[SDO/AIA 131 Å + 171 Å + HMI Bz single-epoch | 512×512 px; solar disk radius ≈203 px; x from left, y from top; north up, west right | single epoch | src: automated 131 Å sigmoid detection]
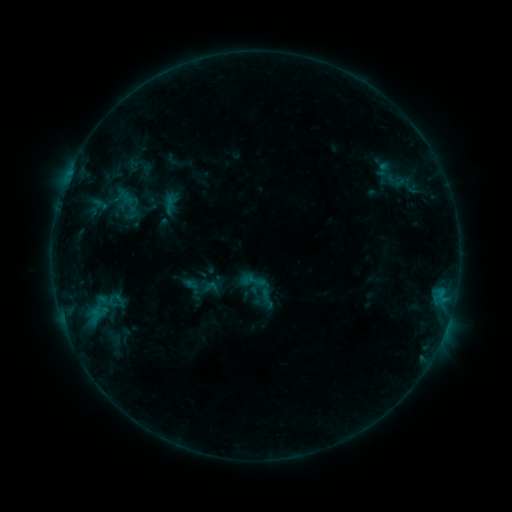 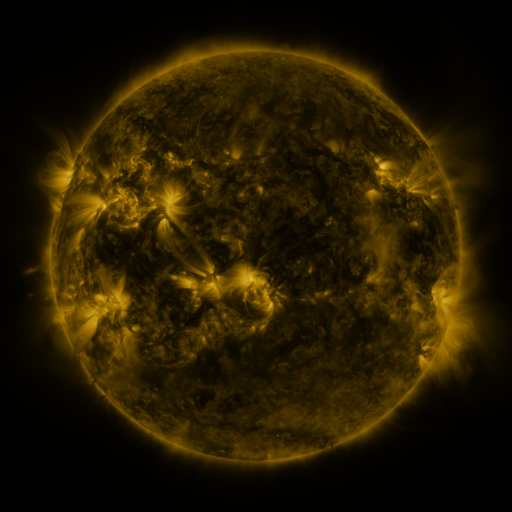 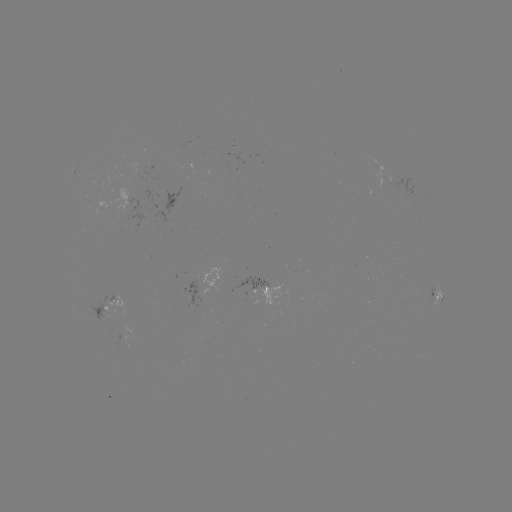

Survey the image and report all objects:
sigmoid: <bbox>252, 277, 272, 297</bbox>
sigmoid: <bbox>256, 287, 277, 308</bbox>
